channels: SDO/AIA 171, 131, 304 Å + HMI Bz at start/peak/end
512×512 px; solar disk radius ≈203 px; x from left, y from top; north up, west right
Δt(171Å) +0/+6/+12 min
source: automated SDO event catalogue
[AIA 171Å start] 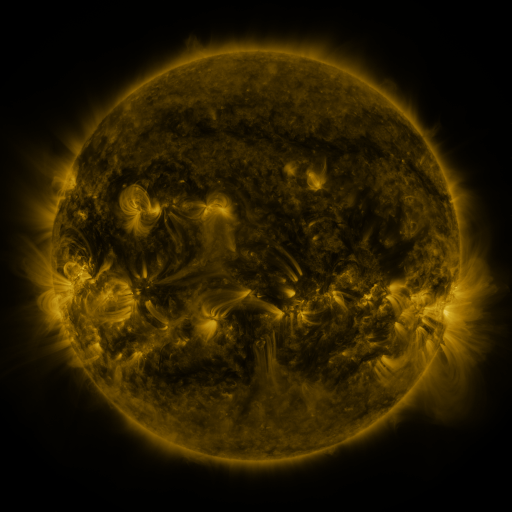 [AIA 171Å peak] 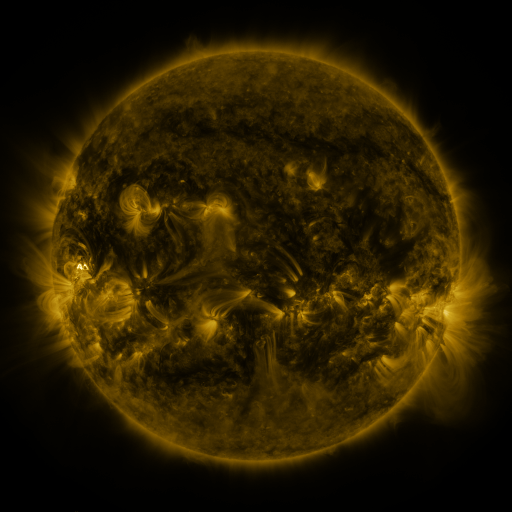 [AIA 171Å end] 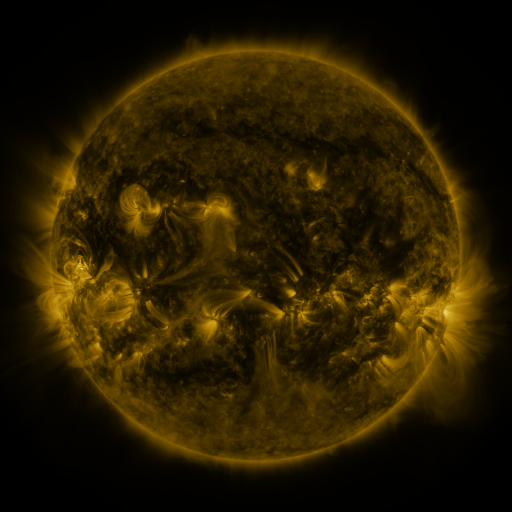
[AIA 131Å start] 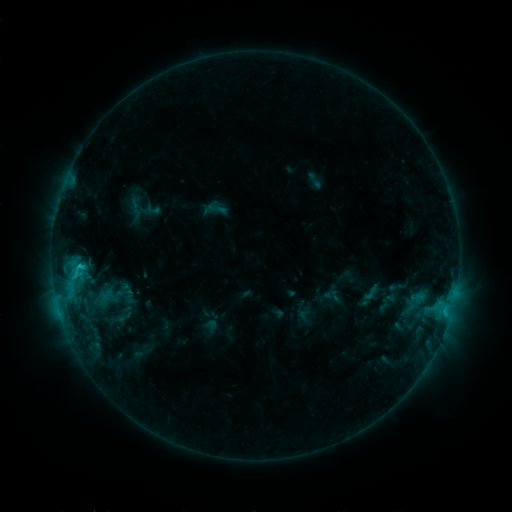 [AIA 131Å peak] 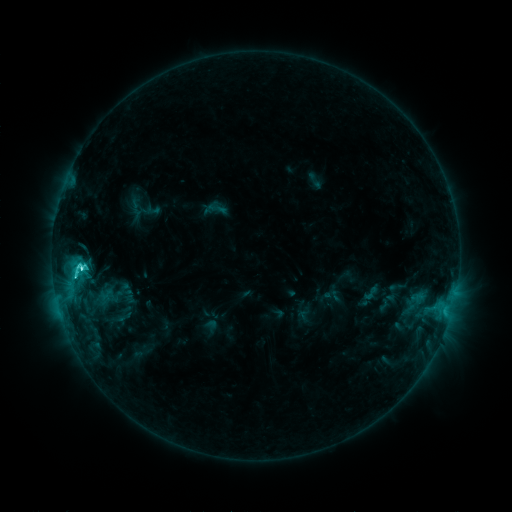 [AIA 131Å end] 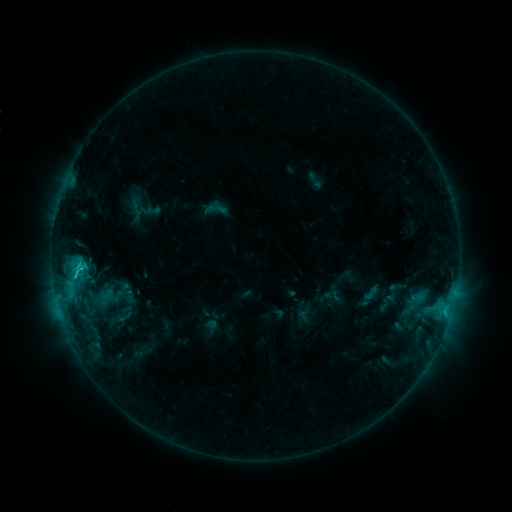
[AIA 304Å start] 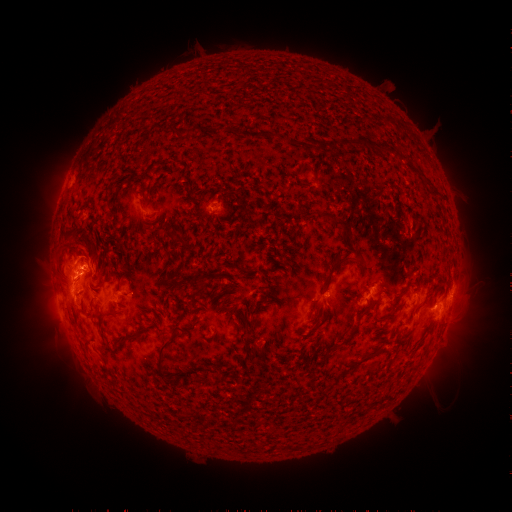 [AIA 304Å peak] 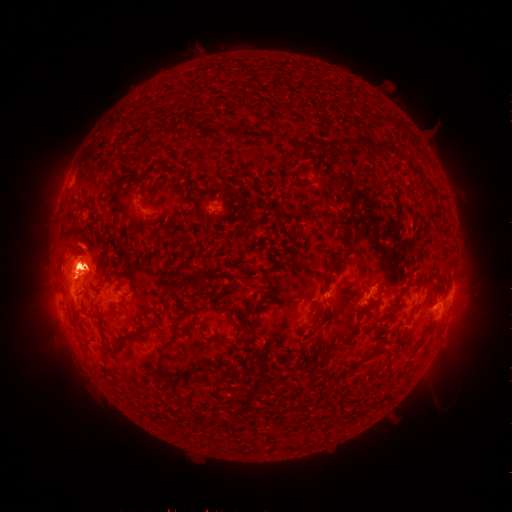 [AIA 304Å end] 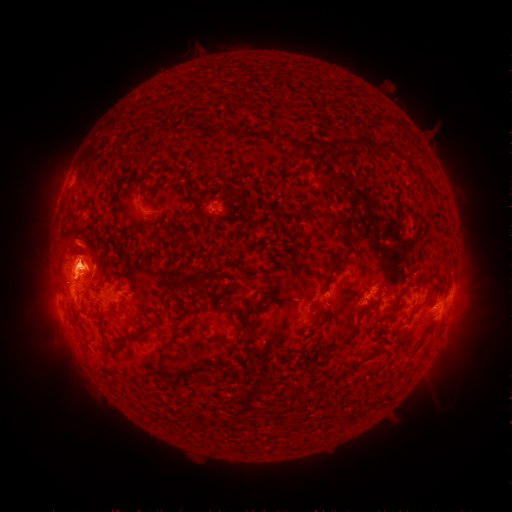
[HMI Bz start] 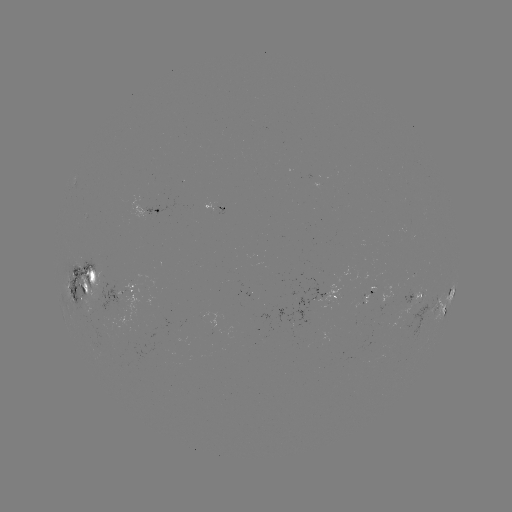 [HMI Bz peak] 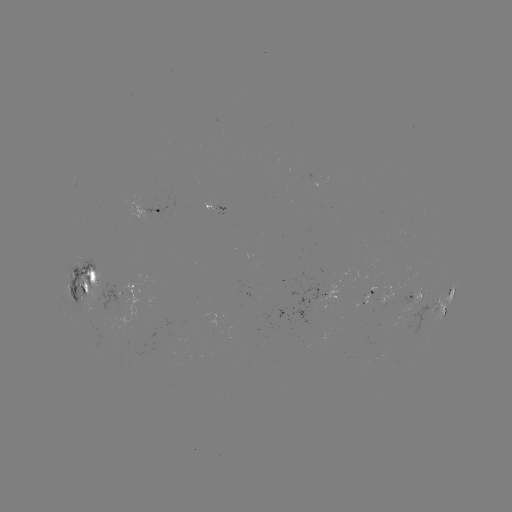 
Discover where C5.9 flare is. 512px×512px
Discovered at [82, 267].